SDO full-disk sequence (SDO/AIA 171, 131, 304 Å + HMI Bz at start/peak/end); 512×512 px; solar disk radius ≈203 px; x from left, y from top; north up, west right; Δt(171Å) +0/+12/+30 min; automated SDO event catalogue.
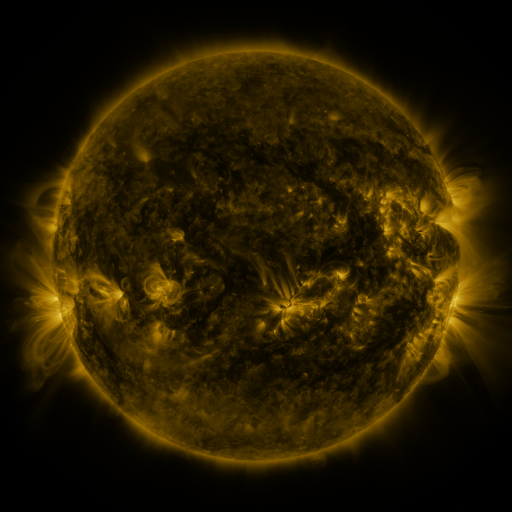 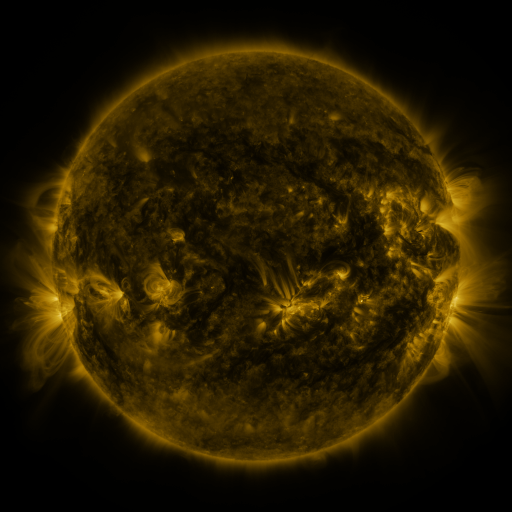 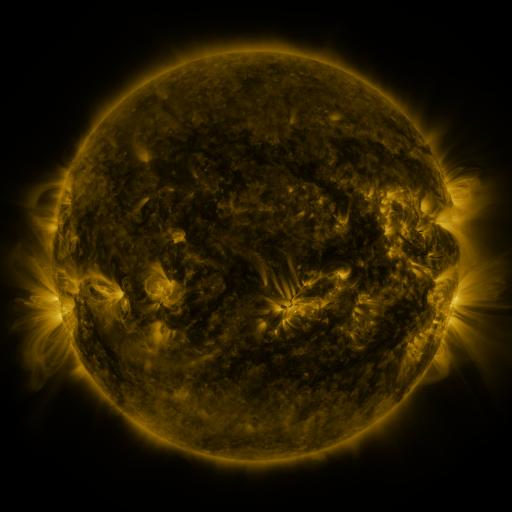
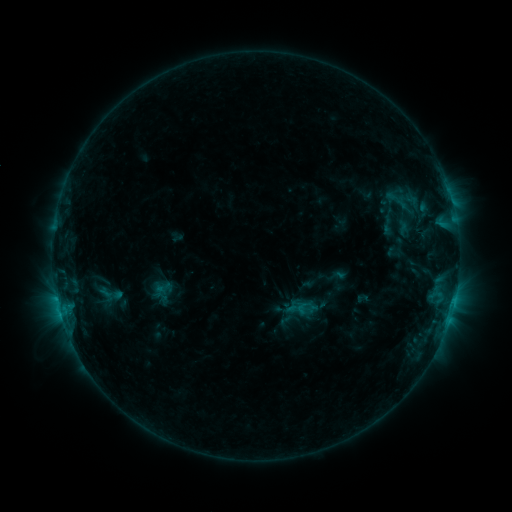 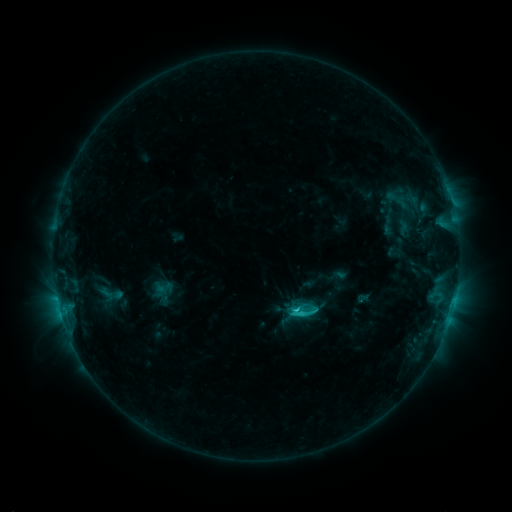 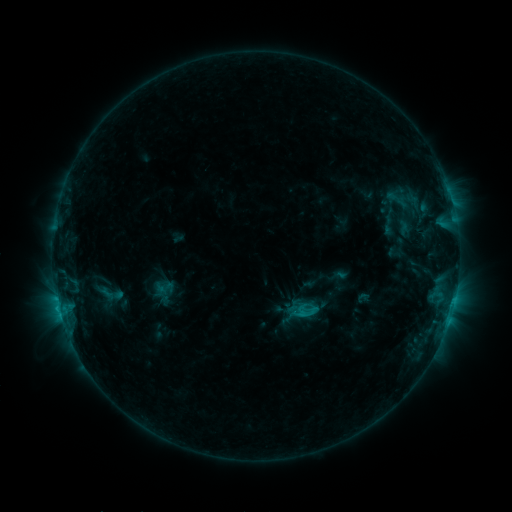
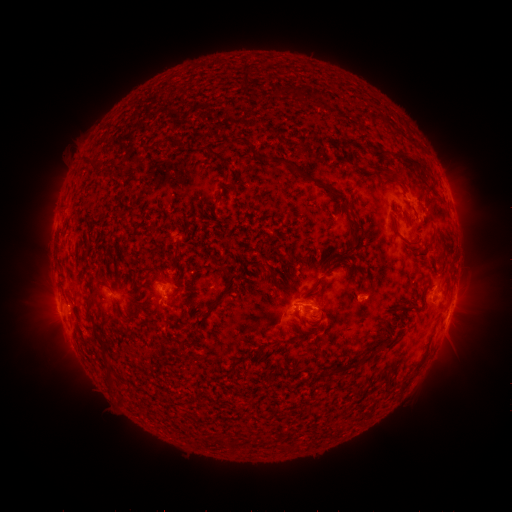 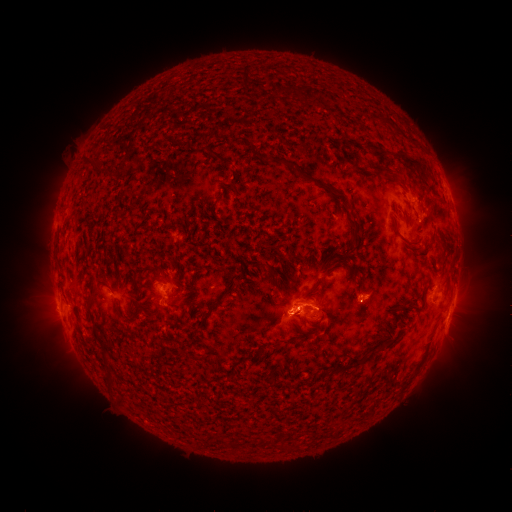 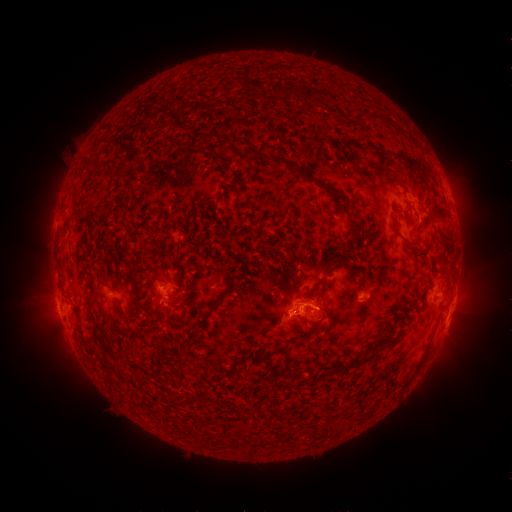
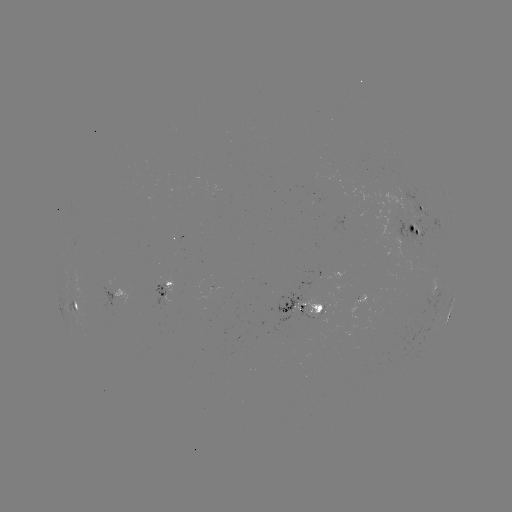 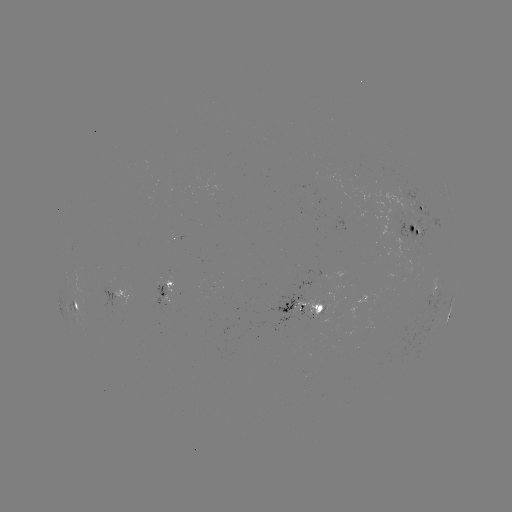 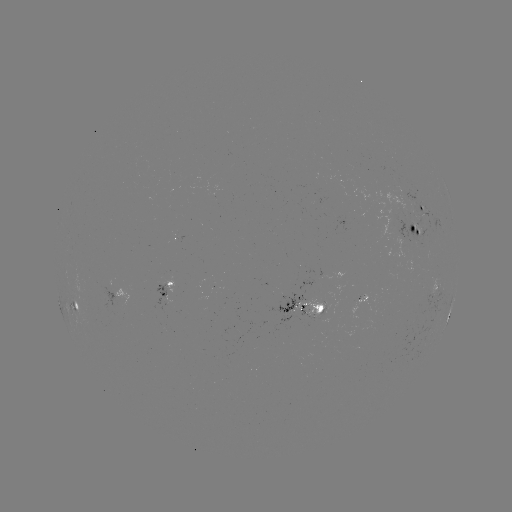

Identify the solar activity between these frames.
C2.2 flare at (296, 307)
